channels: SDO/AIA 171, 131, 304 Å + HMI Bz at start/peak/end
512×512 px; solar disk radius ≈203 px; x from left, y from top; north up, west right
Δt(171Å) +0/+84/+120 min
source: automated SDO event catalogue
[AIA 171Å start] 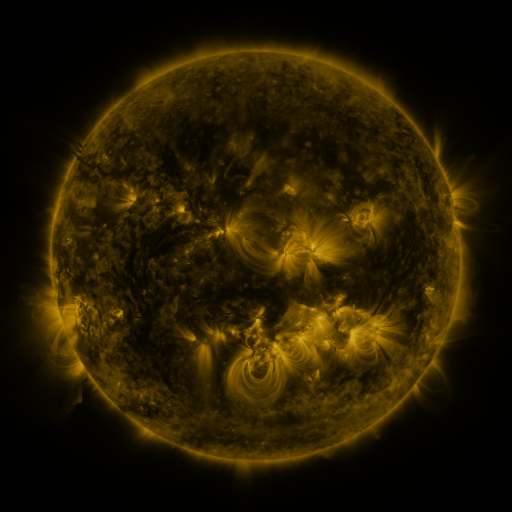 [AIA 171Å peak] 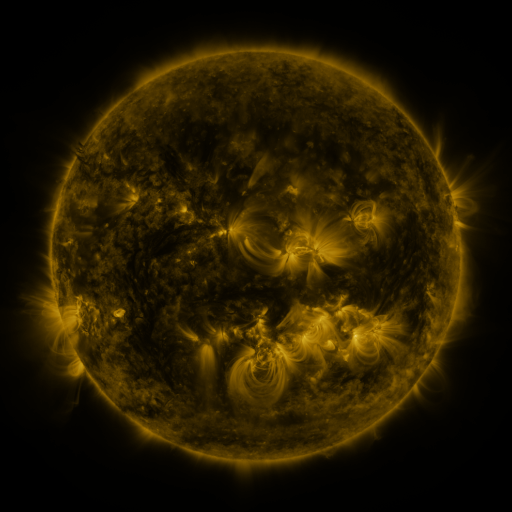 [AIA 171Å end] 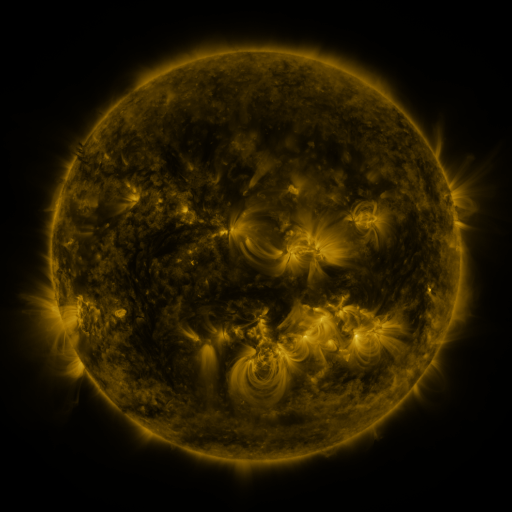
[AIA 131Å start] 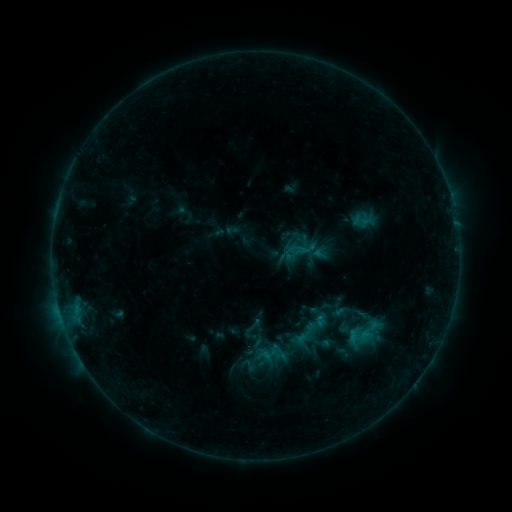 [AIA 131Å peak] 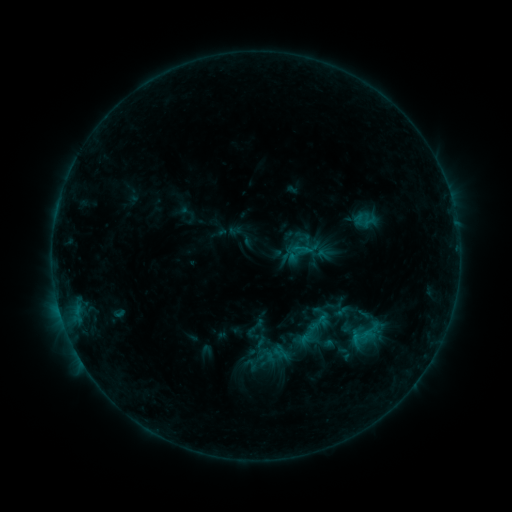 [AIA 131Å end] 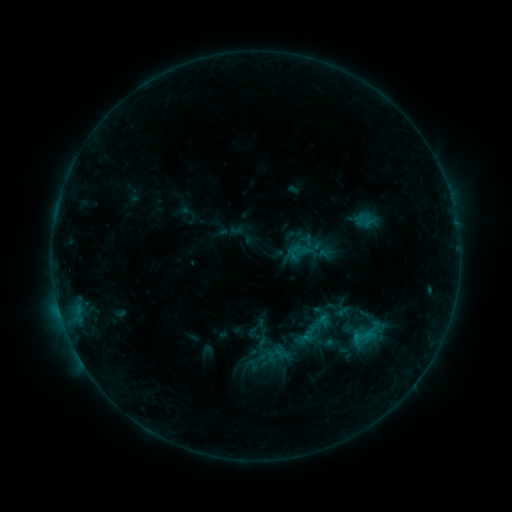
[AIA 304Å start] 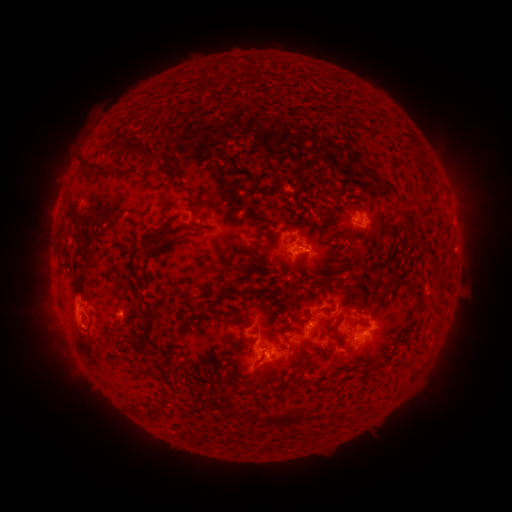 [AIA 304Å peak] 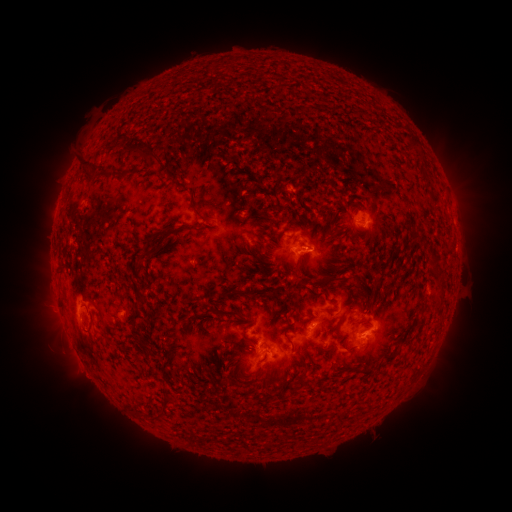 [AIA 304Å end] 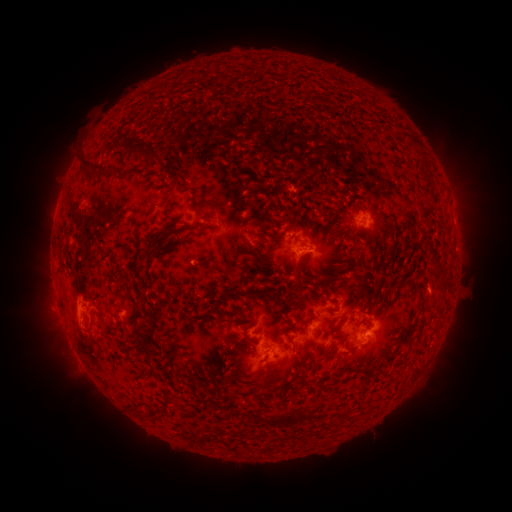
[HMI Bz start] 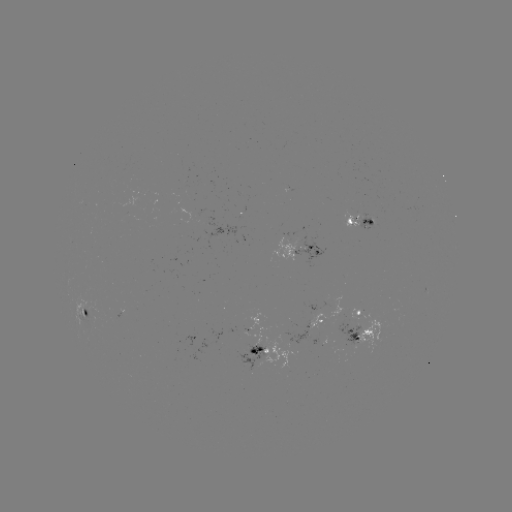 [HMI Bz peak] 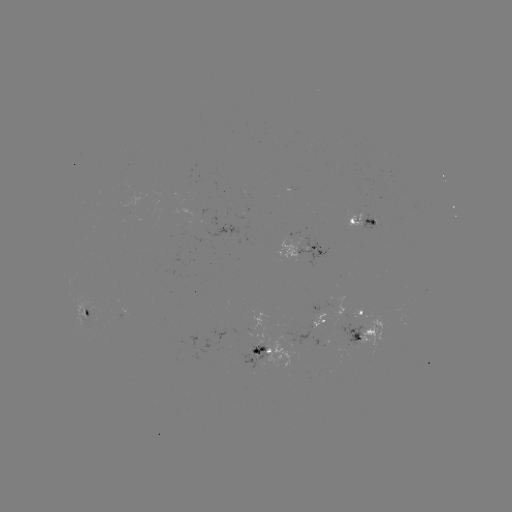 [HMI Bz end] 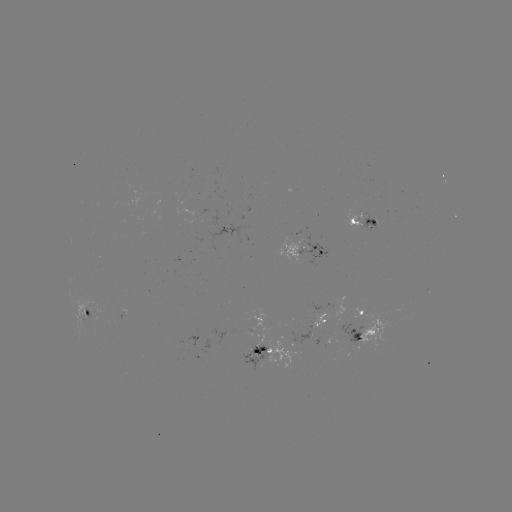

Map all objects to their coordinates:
emerging-flux region: (255, 353)
